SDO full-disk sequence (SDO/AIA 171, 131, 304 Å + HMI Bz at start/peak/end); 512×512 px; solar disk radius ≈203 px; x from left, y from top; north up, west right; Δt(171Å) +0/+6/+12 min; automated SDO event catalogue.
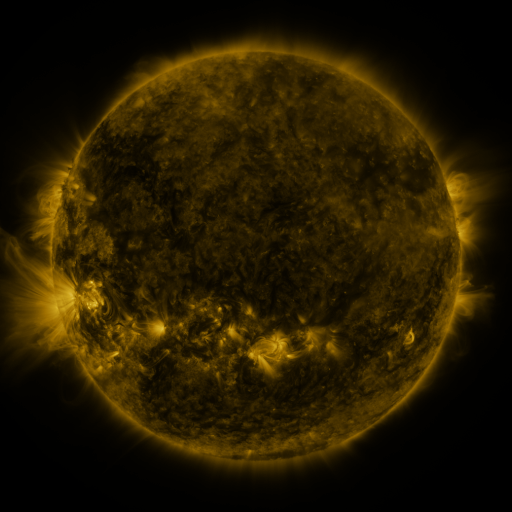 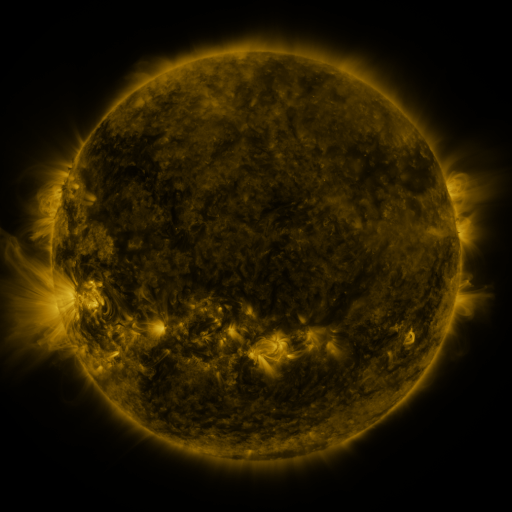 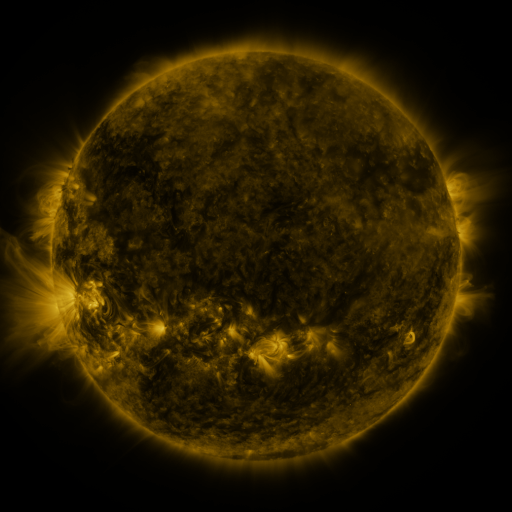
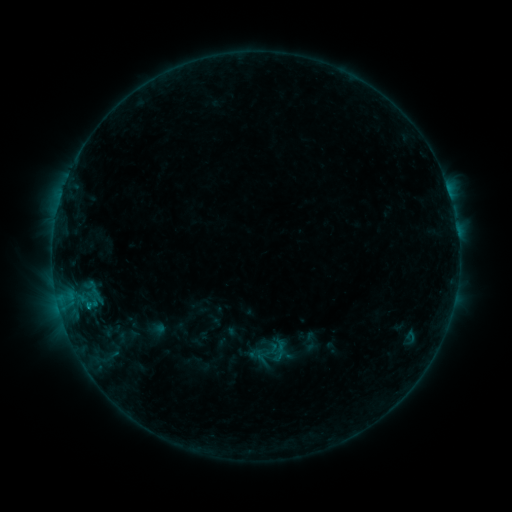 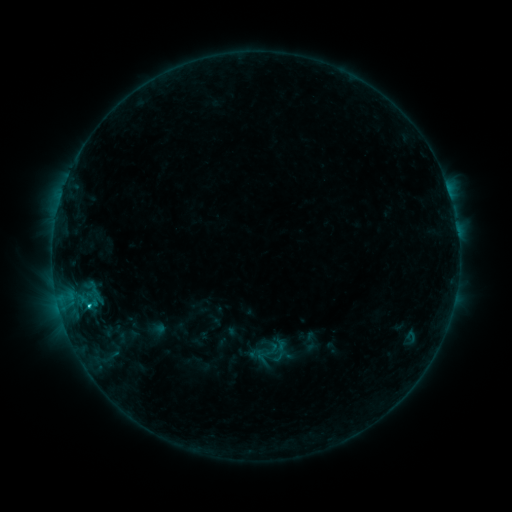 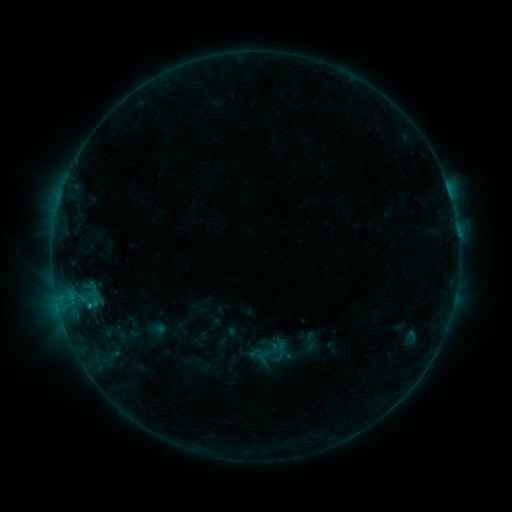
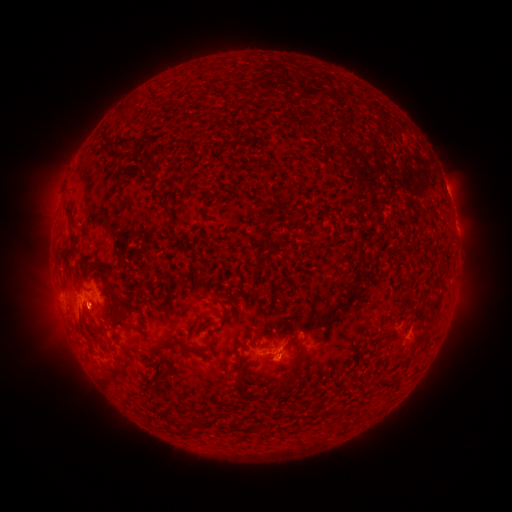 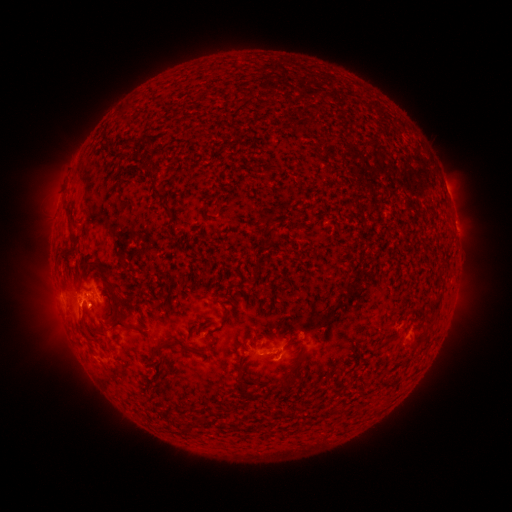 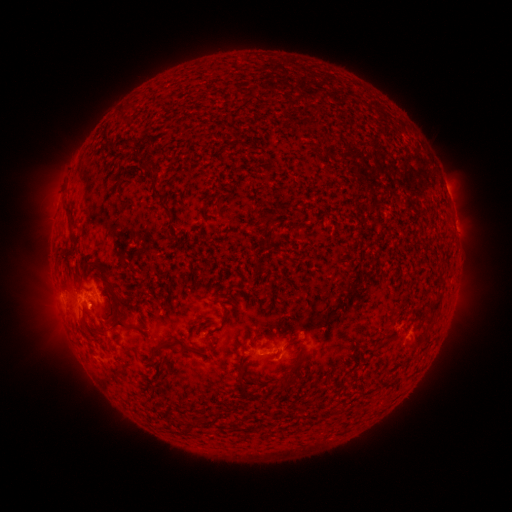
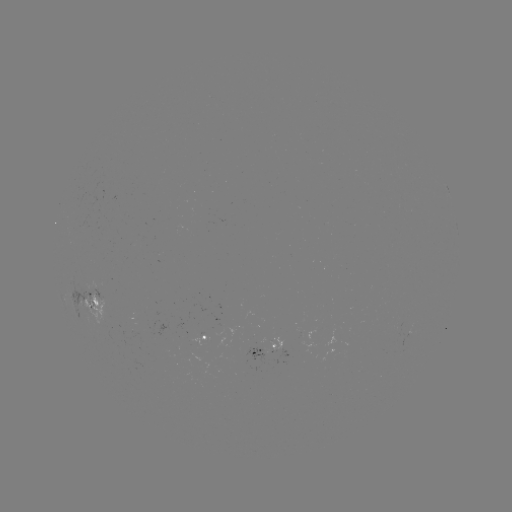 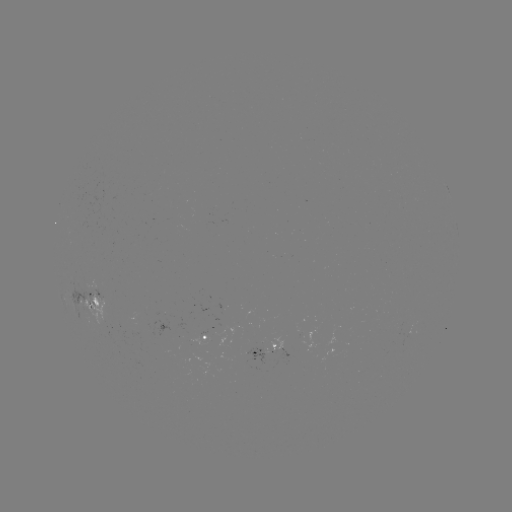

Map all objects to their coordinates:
C1.1 flare: (90, 306)
